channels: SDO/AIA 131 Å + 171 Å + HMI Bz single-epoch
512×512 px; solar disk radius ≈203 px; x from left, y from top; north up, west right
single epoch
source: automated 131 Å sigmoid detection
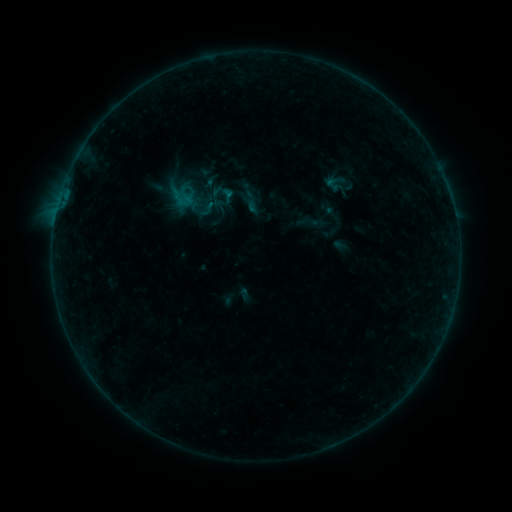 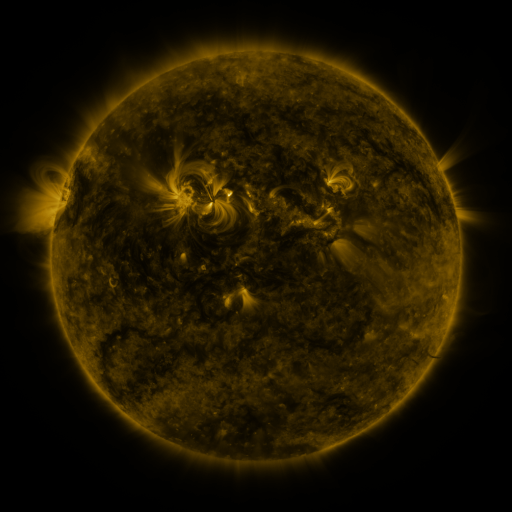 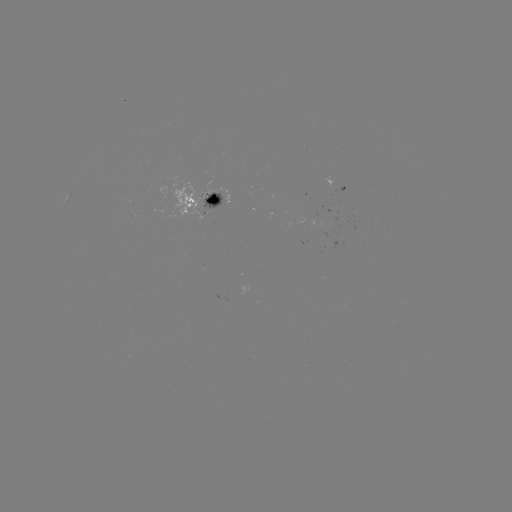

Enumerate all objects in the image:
sigmoid: <bbox>234, 187, 261, 214</bbox>
